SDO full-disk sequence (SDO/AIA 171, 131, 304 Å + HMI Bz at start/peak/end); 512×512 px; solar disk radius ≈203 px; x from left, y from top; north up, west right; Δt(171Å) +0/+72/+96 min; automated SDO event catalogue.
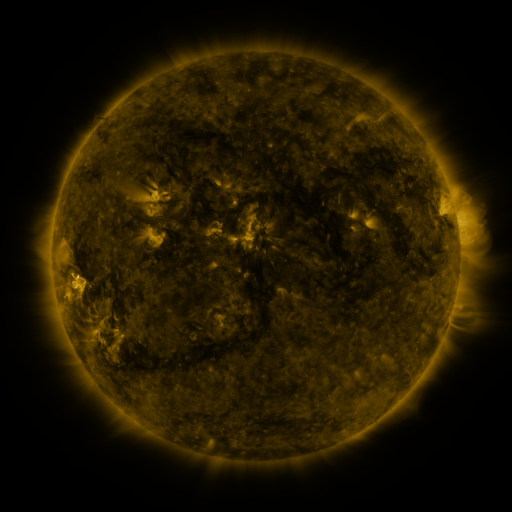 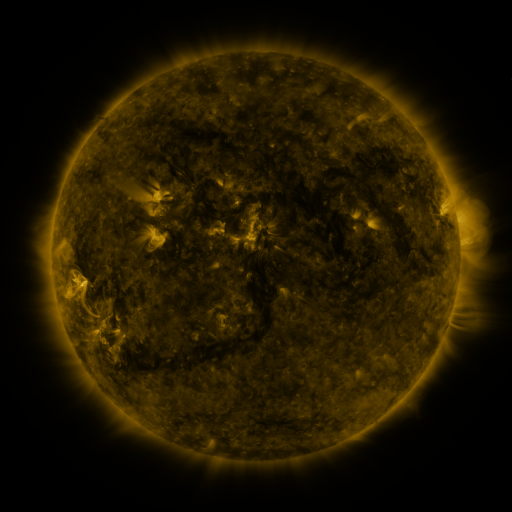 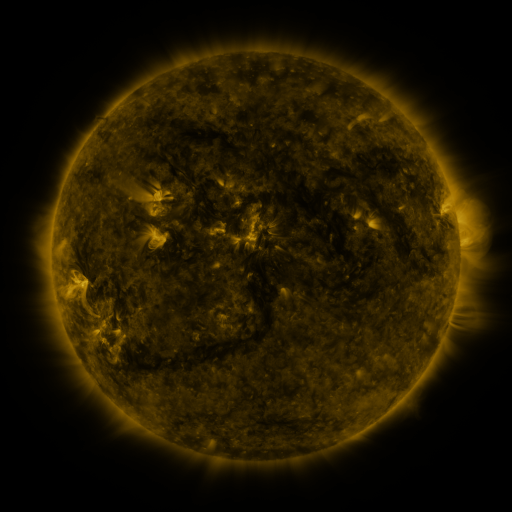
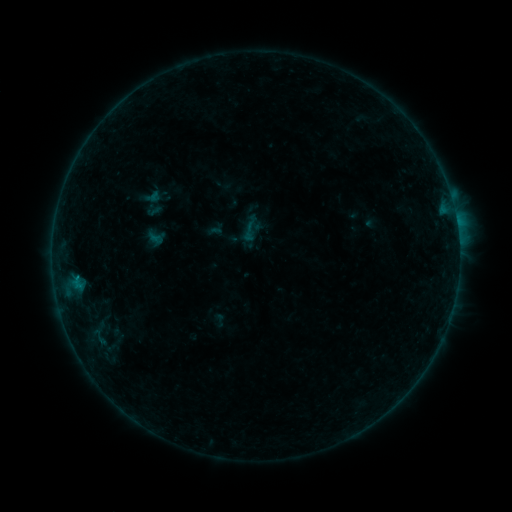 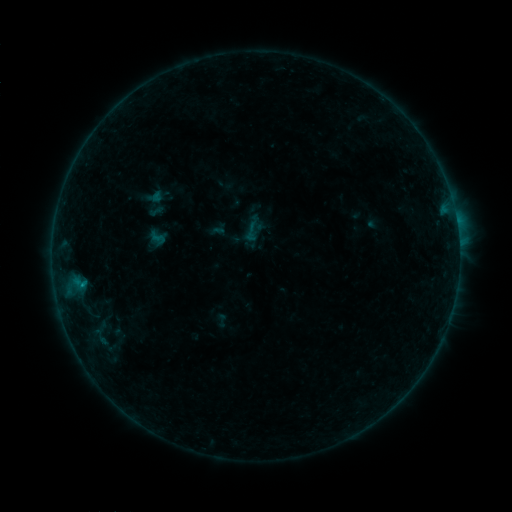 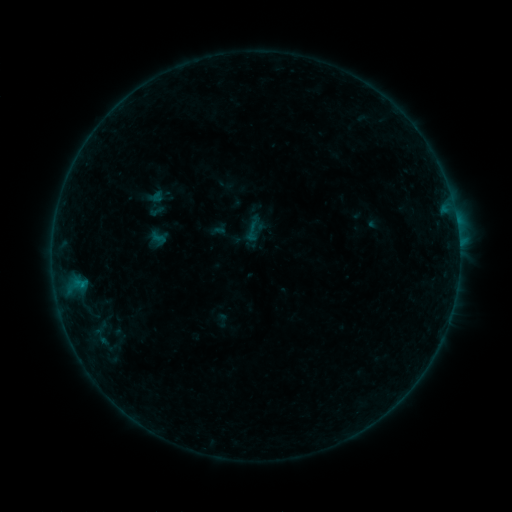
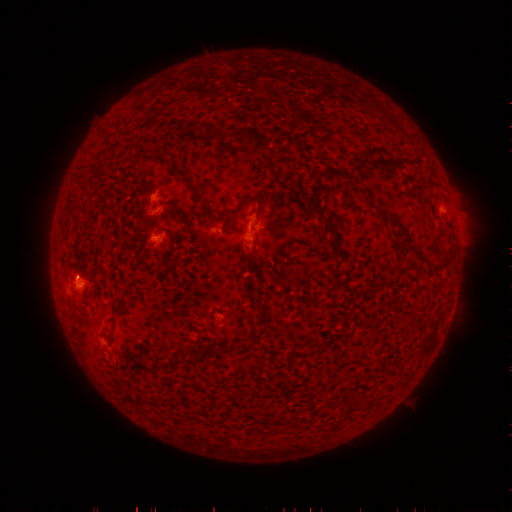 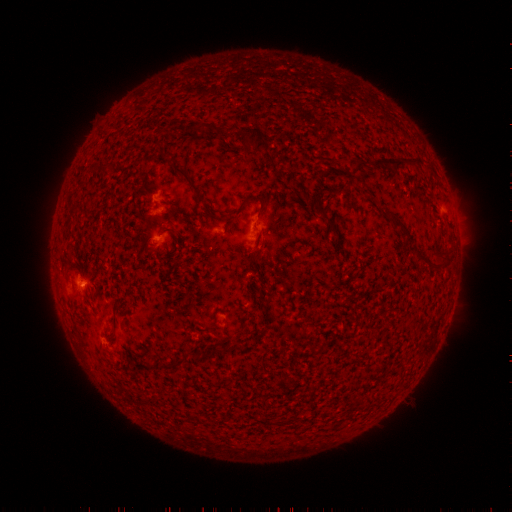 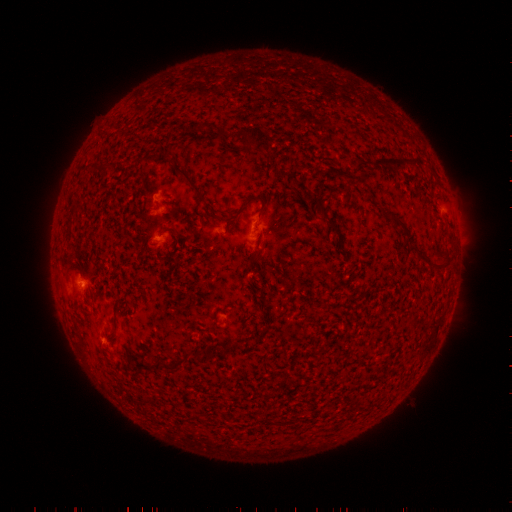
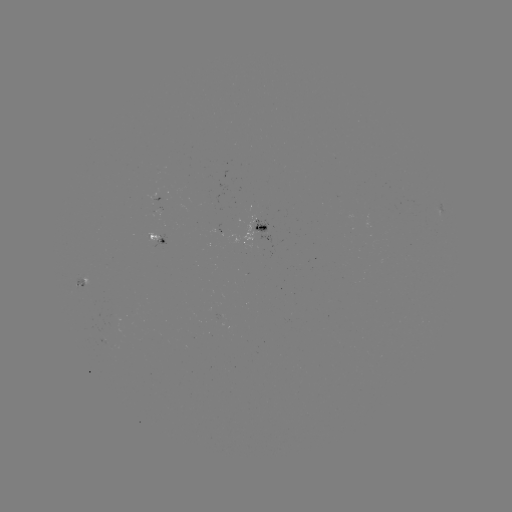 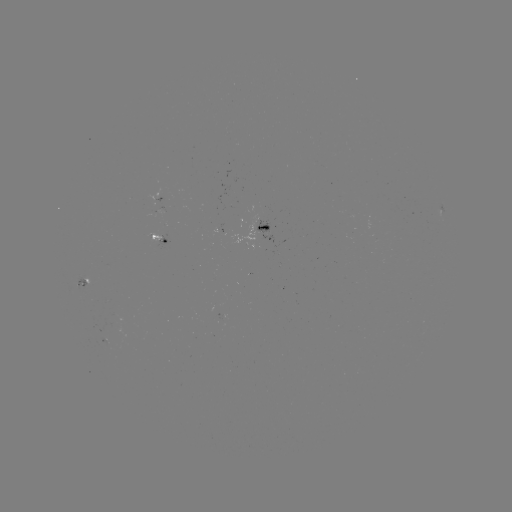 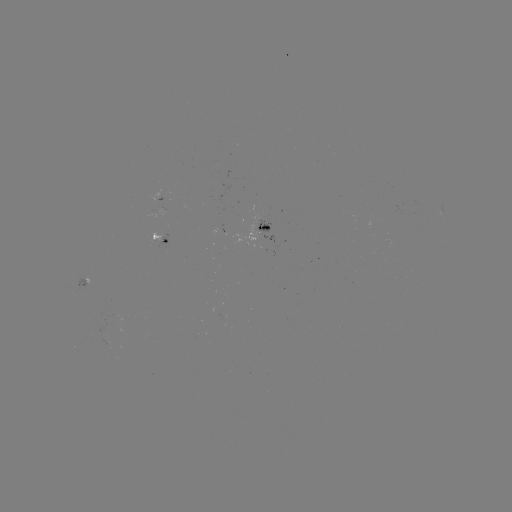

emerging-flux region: (97, 339, 107, 345)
